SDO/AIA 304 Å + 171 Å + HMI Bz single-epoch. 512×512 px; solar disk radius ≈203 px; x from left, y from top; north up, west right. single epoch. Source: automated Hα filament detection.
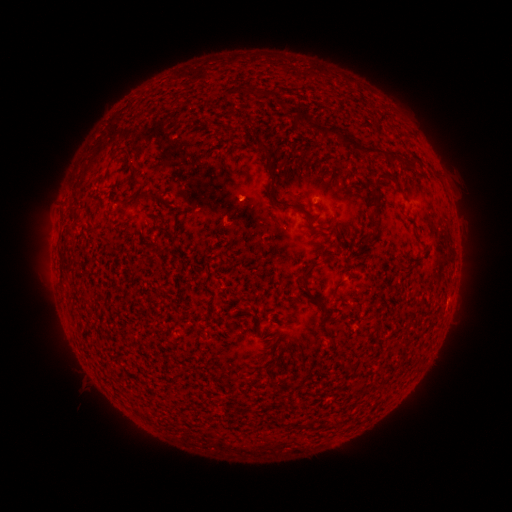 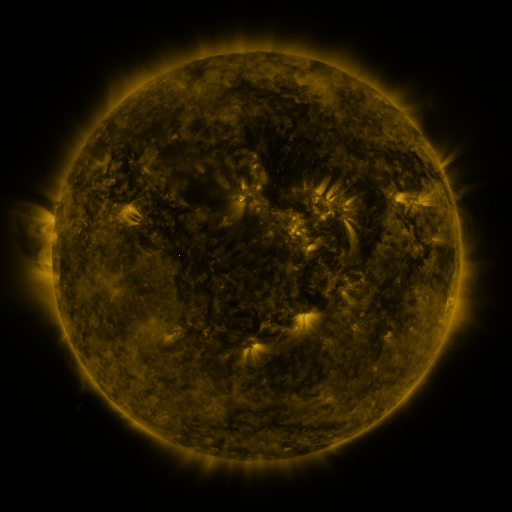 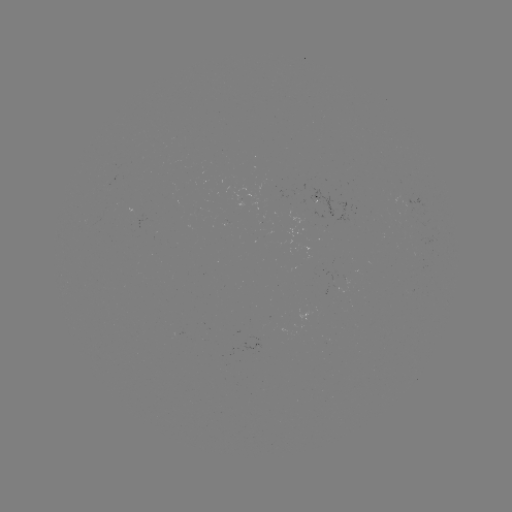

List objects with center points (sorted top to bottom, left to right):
filament: [293, 108, 302, 120]
filament: [317, 122, 396, 161]
filament: [254, 141, 274, 172]
filament: [278, 157, 287, 165]
filament: [129, 163, 138, 174]
filament: [372, 175, 381, 193]
filament: [135, 191, 150, 201]
filament: [267, 191, 309, 214]
filament: [368, 197, 380, 229]
filament: [305, 218, 319, 230]
filament: [301, 262, 314, 295]
filament: [332, 278, 345, 293]
